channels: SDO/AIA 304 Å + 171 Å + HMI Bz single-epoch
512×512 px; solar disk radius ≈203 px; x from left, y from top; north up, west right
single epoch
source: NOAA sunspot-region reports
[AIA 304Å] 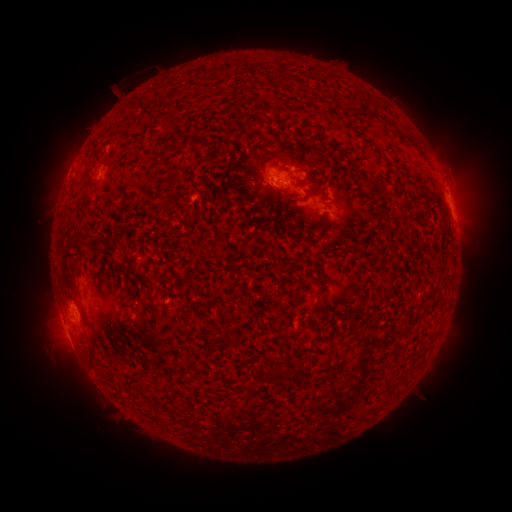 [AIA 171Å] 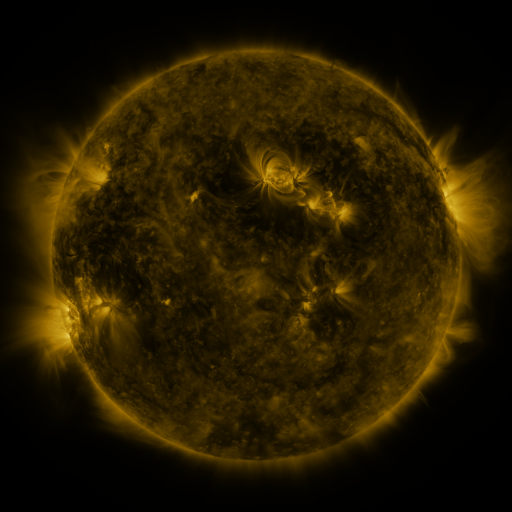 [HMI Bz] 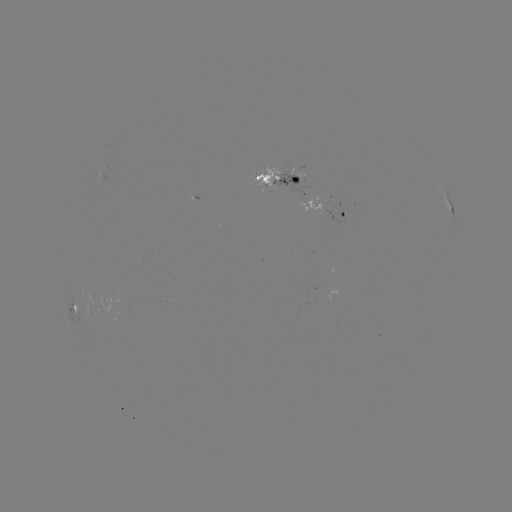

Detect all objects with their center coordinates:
spotted active region: (283, 178)
spotted active region: (338, 210)
spotted active region: (453, 211)
spotted active region: (74, 305)
